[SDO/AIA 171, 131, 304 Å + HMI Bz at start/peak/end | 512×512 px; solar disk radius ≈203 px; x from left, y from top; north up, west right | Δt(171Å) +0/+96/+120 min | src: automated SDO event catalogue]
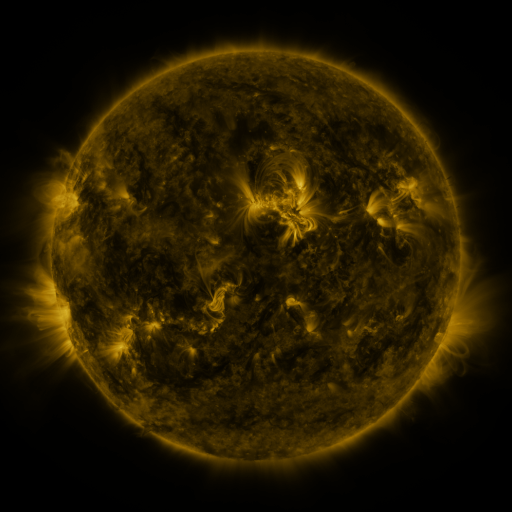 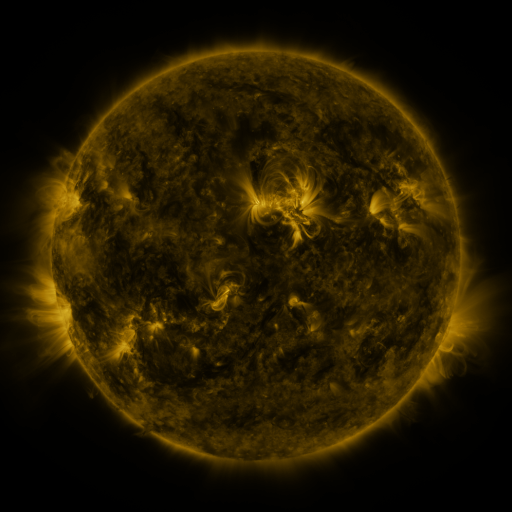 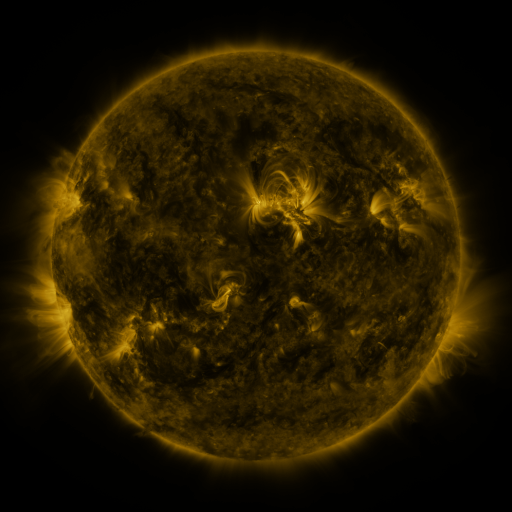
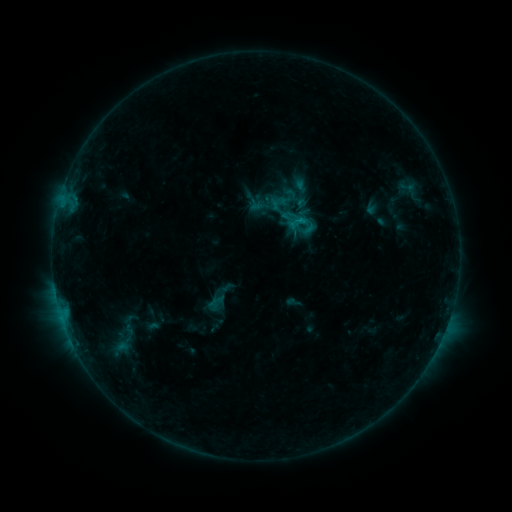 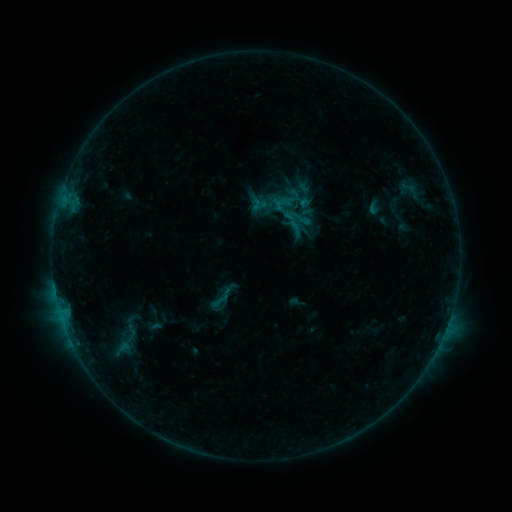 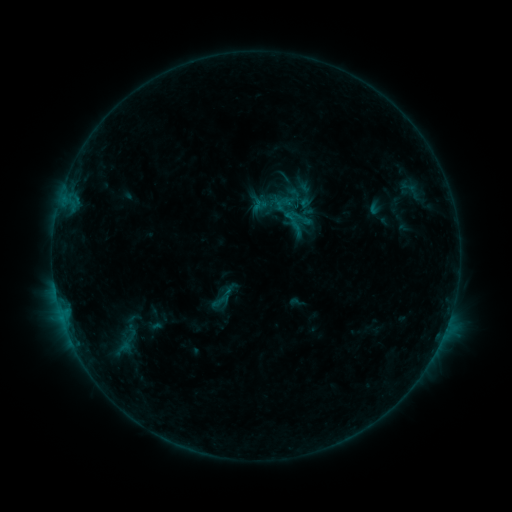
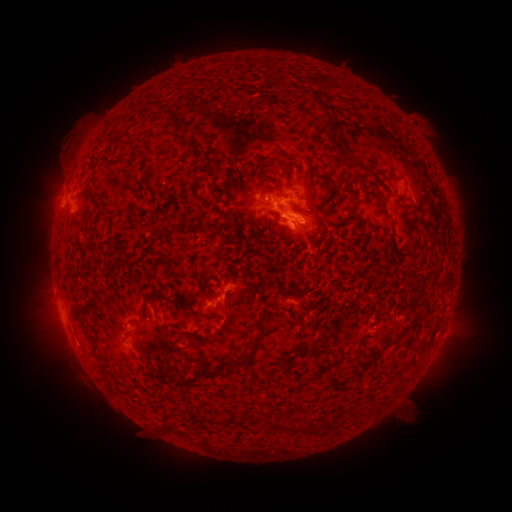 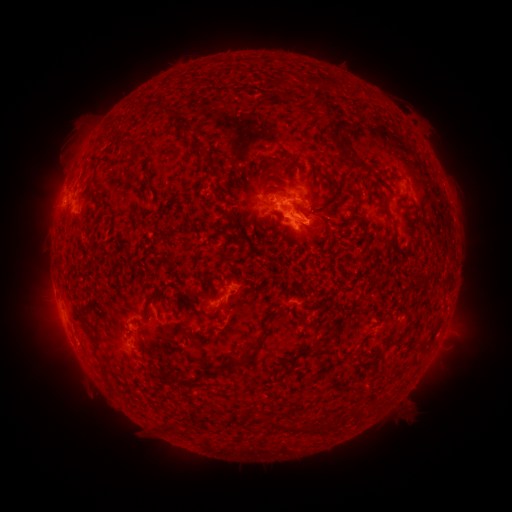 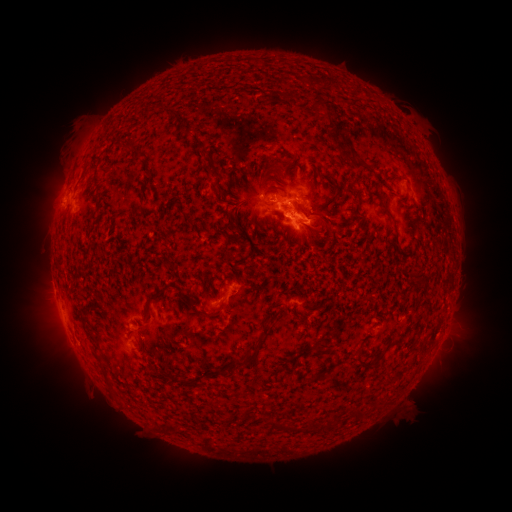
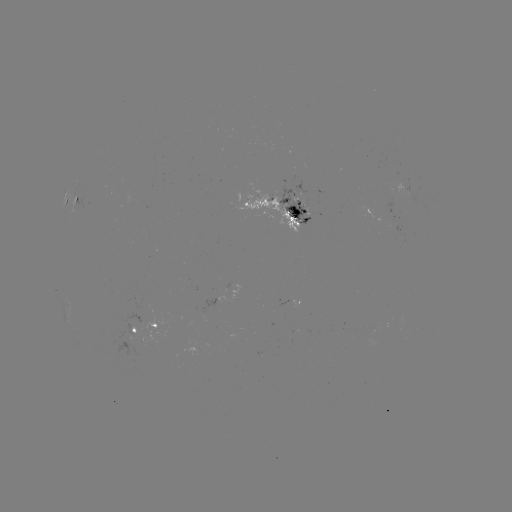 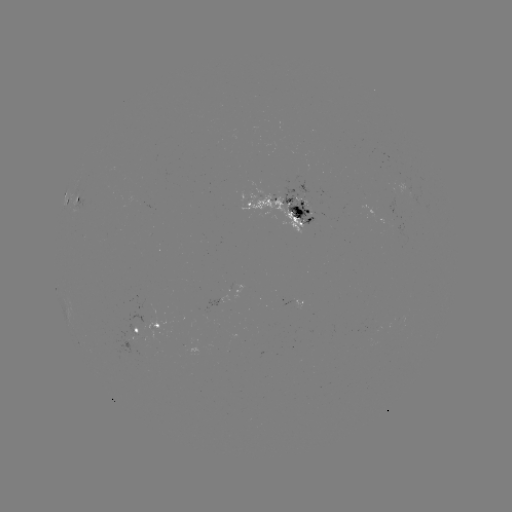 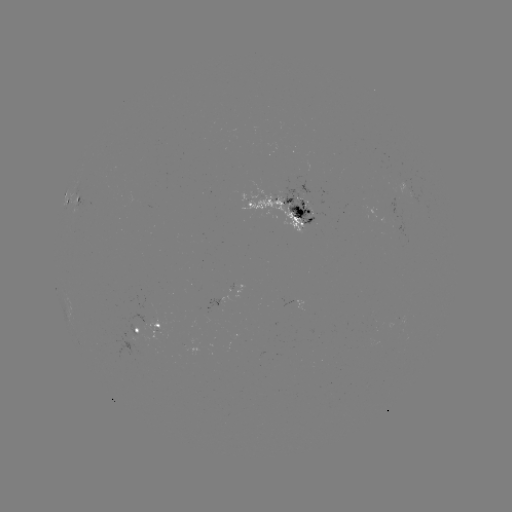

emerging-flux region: <bbox>280, 186, 314, 223</bbox>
